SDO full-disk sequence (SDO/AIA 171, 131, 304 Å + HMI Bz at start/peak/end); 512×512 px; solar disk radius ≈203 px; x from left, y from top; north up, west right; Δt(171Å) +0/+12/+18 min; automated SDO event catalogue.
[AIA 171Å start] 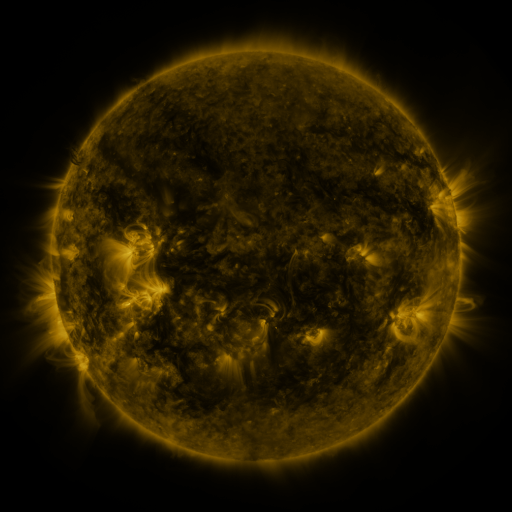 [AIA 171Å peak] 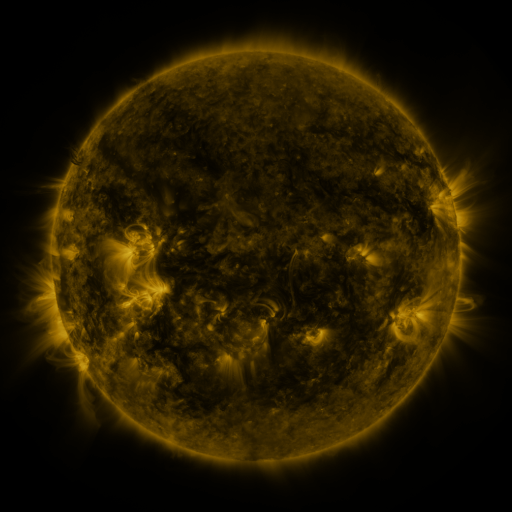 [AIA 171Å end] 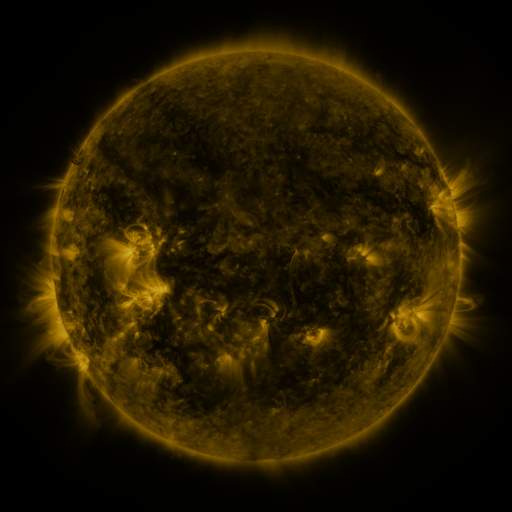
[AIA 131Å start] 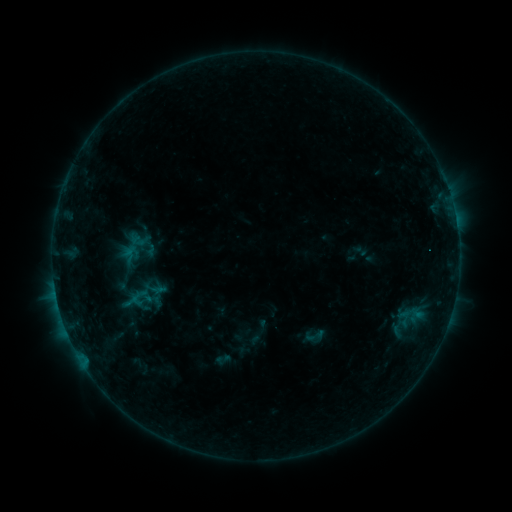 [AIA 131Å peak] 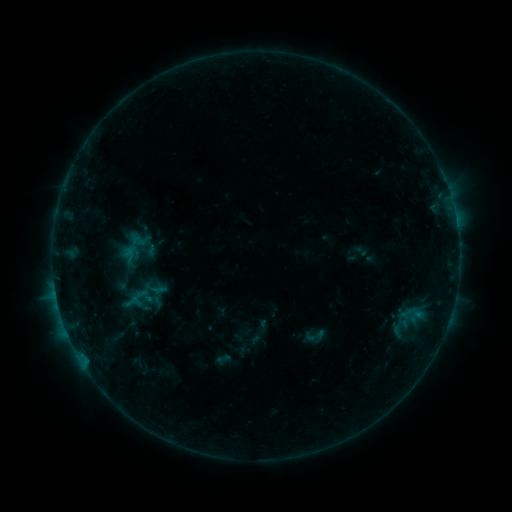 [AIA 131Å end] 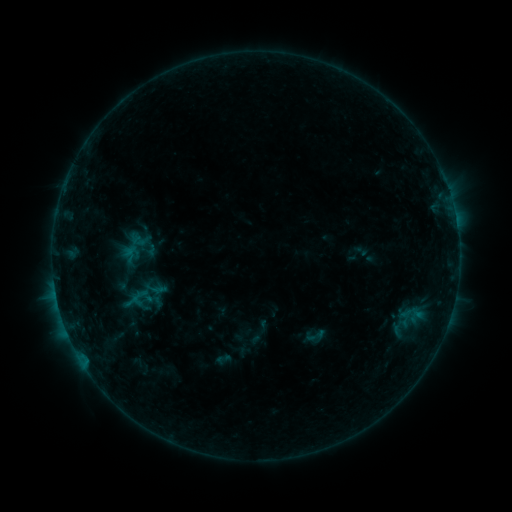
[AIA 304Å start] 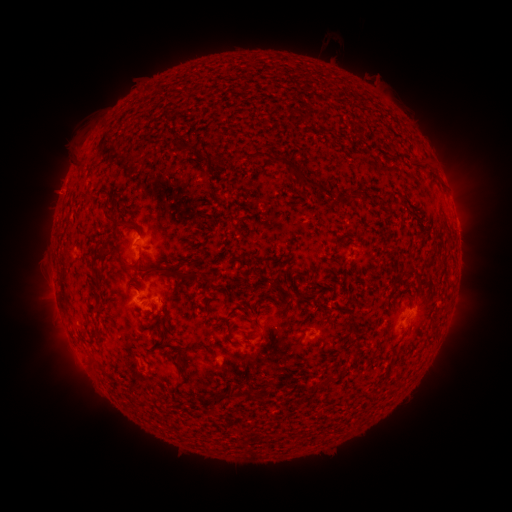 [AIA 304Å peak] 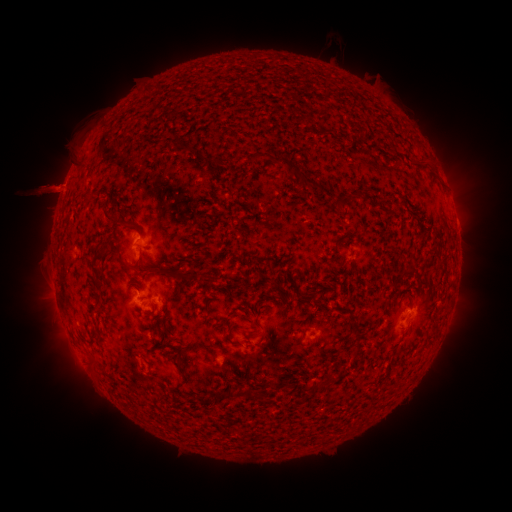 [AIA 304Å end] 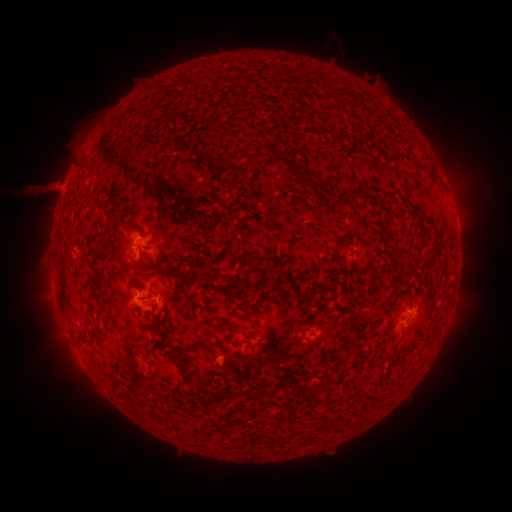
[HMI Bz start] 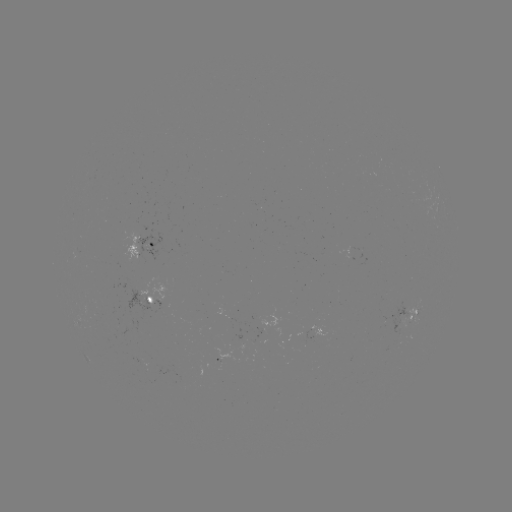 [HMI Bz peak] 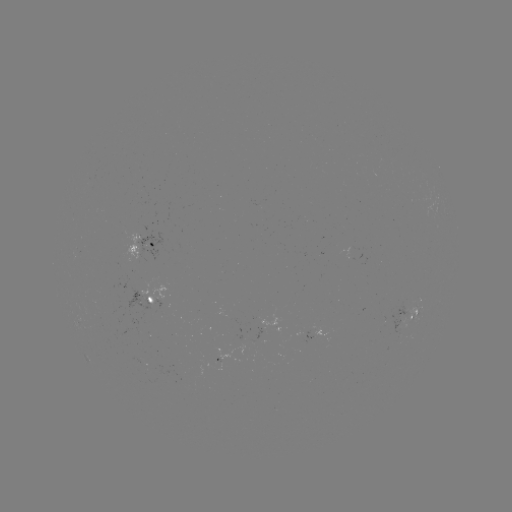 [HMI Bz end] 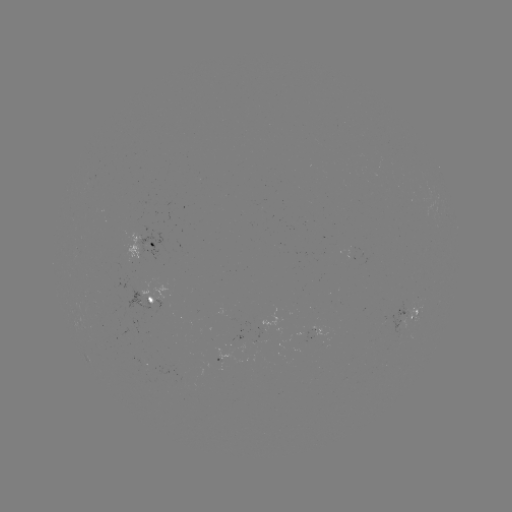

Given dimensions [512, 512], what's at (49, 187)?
eruption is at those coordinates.